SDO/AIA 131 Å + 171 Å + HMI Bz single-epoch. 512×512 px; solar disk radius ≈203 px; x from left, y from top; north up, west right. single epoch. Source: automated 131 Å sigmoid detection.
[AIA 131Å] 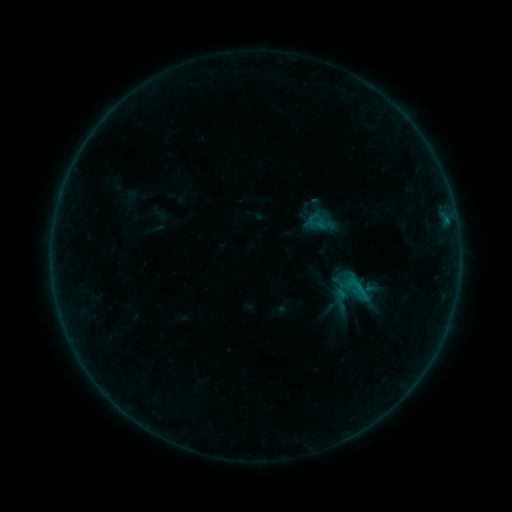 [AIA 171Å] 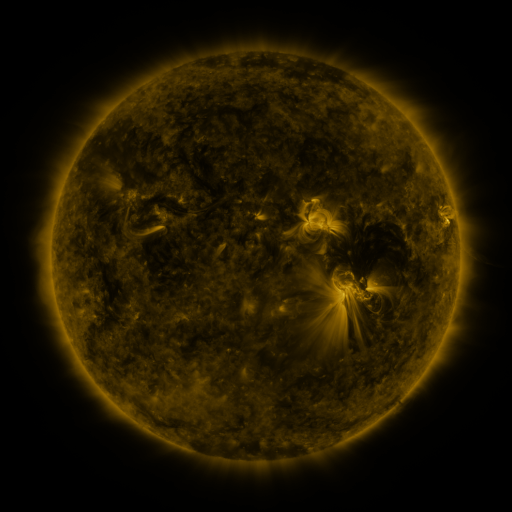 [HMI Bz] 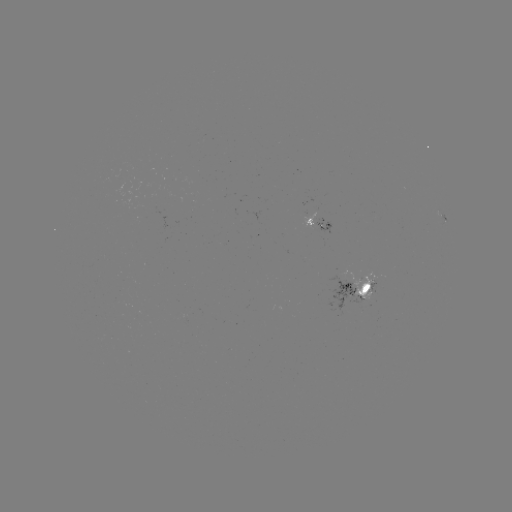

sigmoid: [345, 276, 372, 302]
